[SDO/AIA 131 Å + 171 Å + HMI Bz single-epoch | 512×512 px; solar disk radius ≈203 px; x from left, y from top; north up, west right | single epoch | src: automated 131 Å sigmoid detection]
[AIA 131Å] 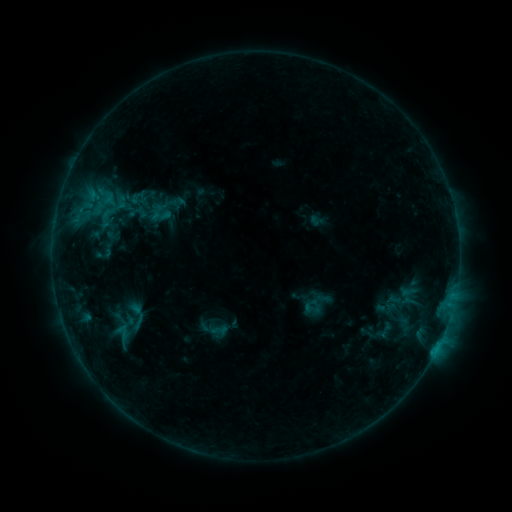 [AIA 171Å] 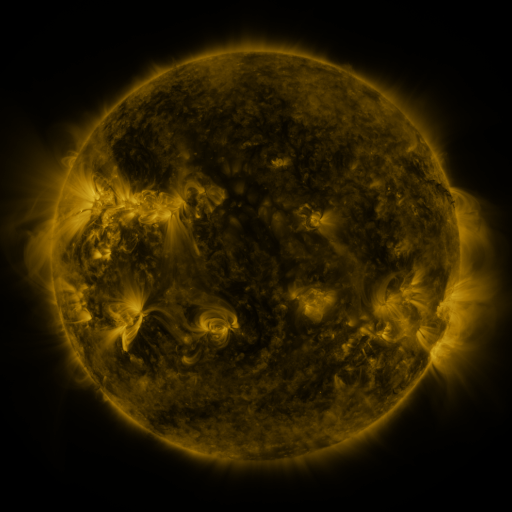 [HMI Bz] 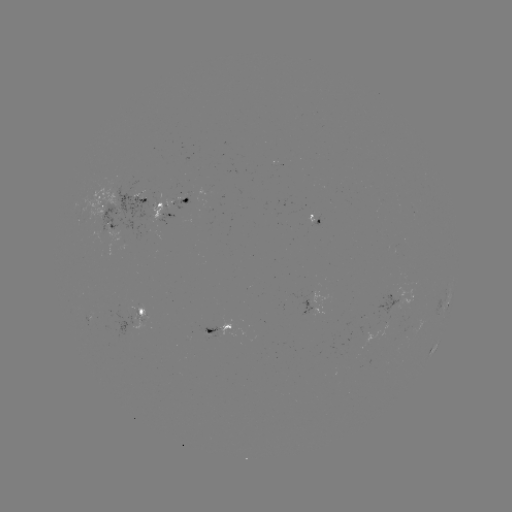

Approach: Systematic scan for sigmoid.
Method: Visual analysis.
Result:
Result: sigmoid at [102, 201].